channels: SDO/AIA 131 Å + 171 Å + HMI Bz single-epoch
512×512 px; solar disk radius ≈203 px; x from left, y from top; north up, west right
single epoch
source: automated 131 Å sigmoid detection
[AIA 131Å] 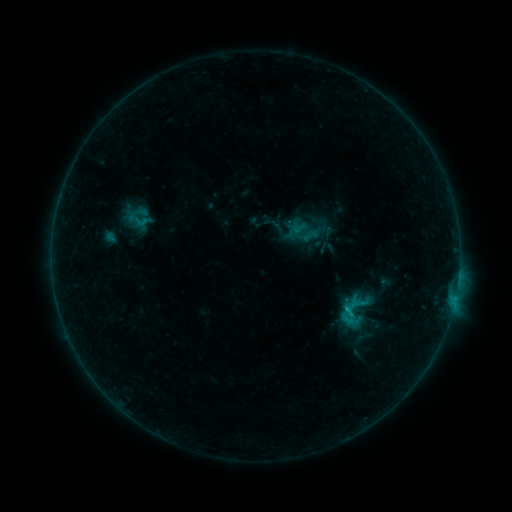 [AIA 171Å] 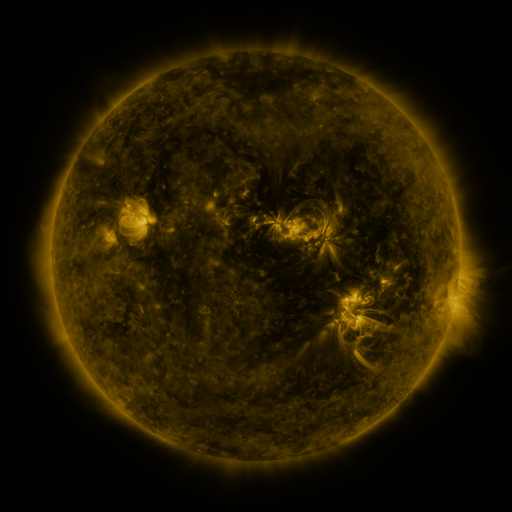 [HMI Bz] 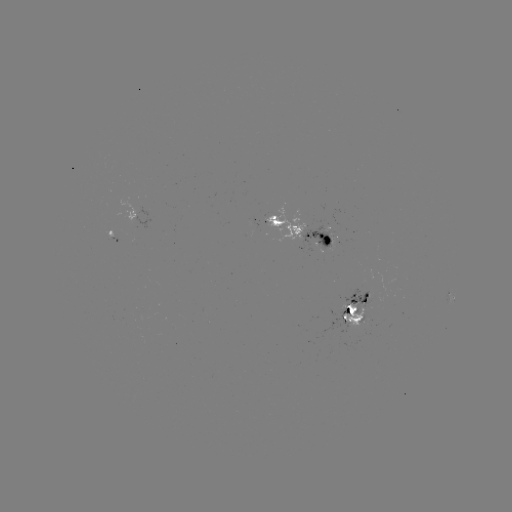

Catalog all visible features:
sigmoid: (138, 220)
sigmoid: (355, 311)
